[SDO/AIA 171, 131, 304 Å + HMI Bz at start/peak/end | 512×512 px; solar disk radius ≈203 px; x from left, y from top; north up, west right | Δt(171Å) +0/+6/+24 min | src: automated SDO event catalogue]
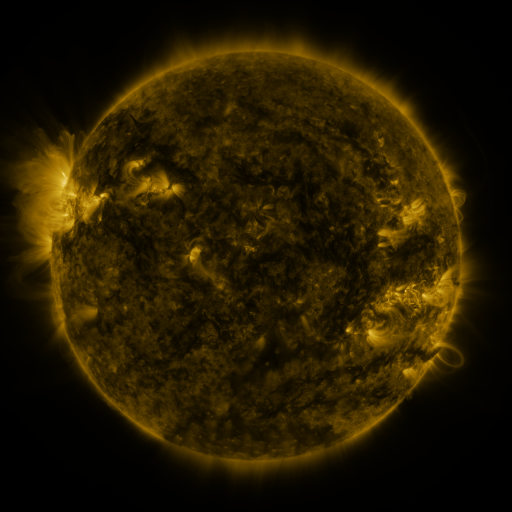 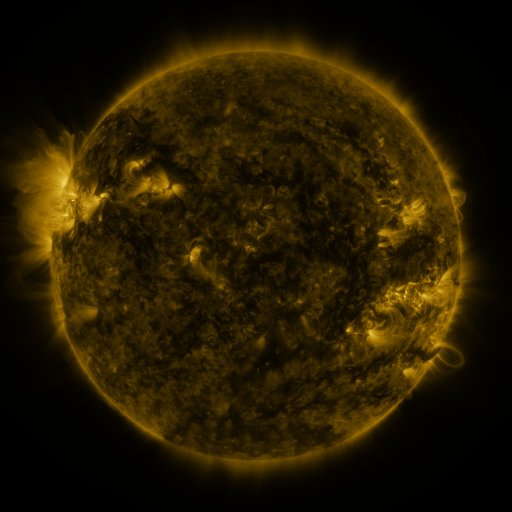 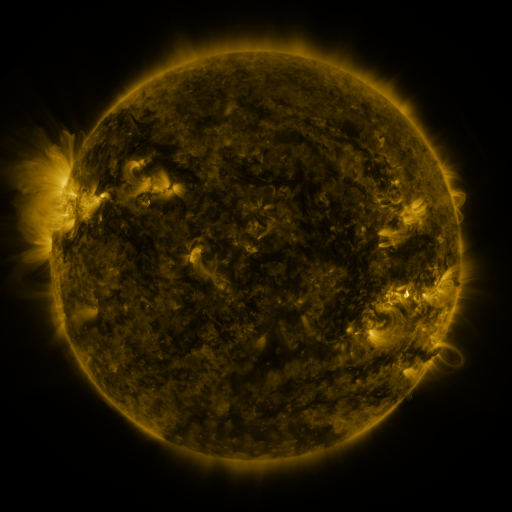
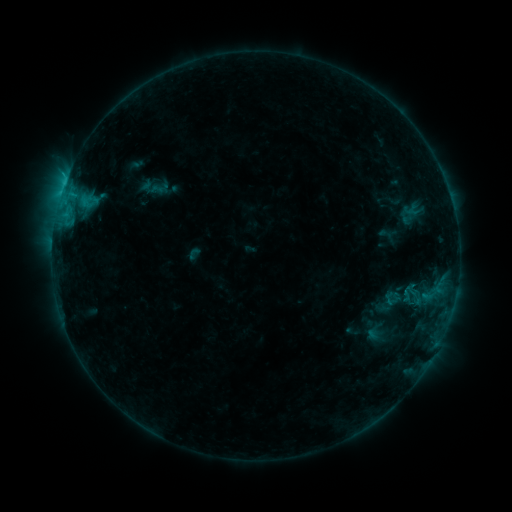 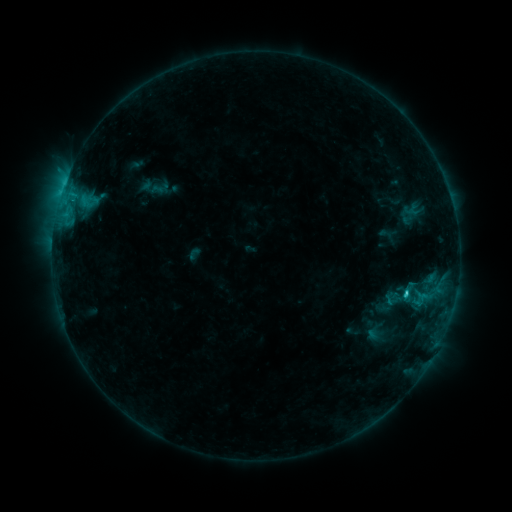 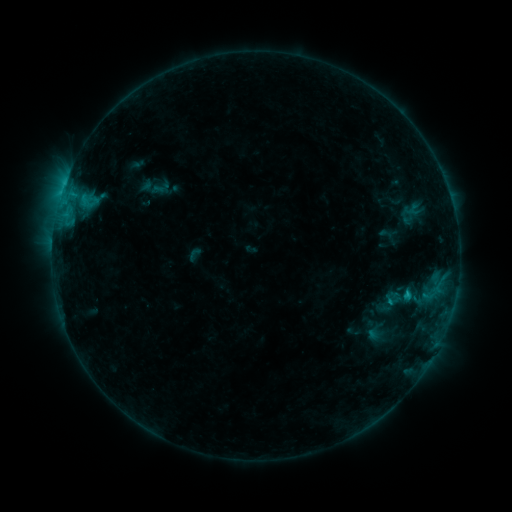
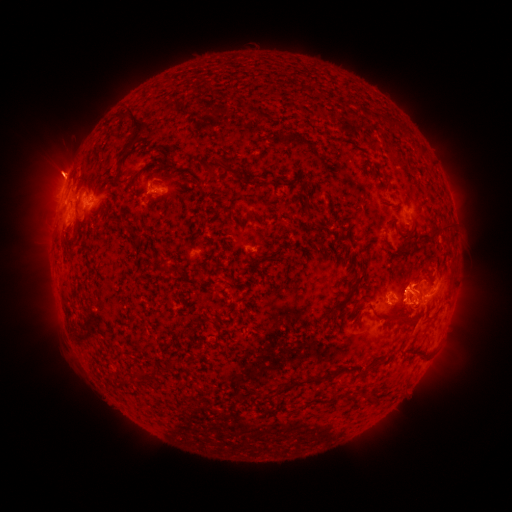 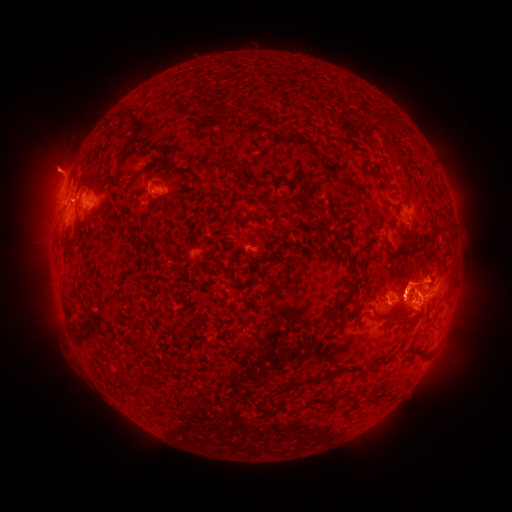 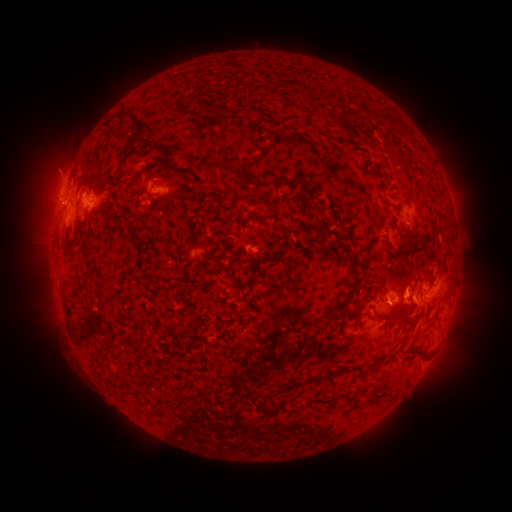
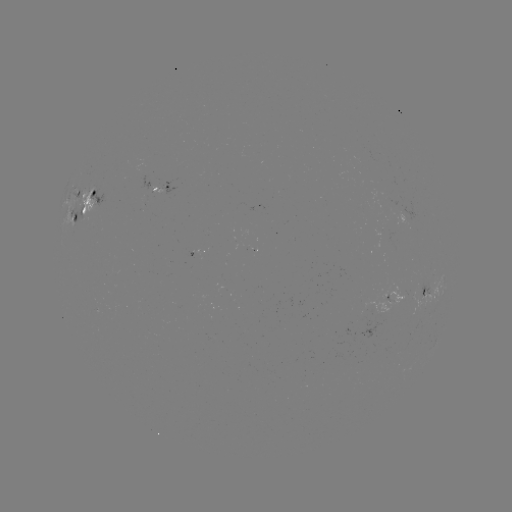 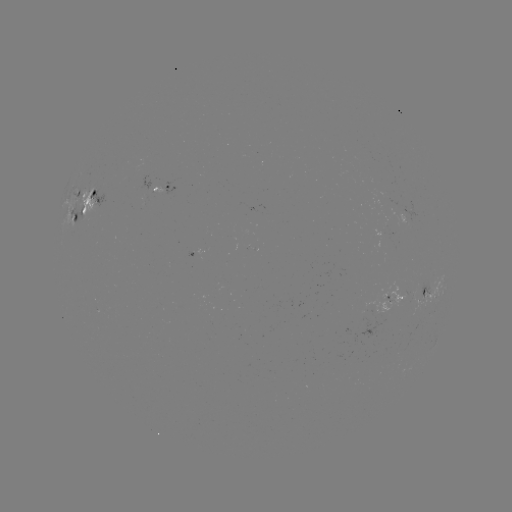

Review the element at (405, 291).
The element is C2.0 flare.